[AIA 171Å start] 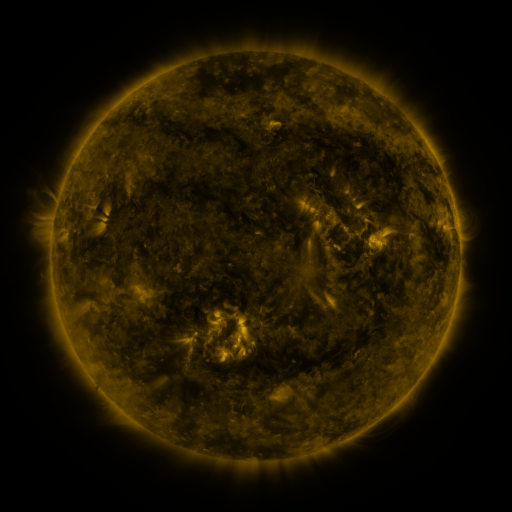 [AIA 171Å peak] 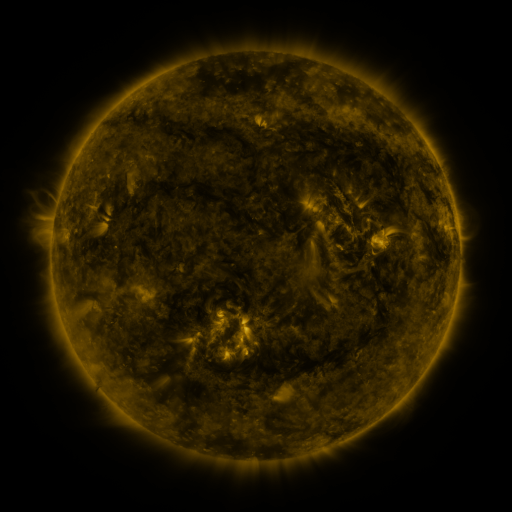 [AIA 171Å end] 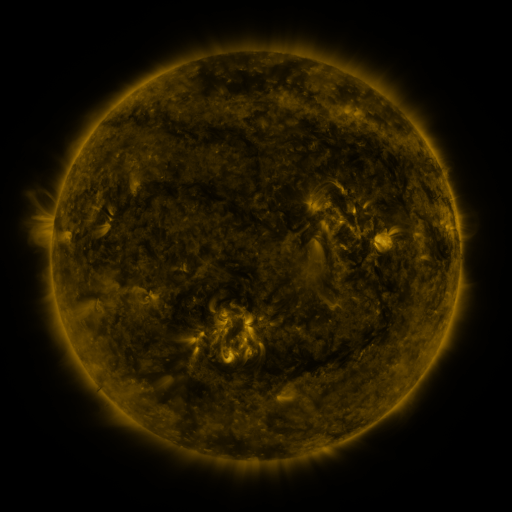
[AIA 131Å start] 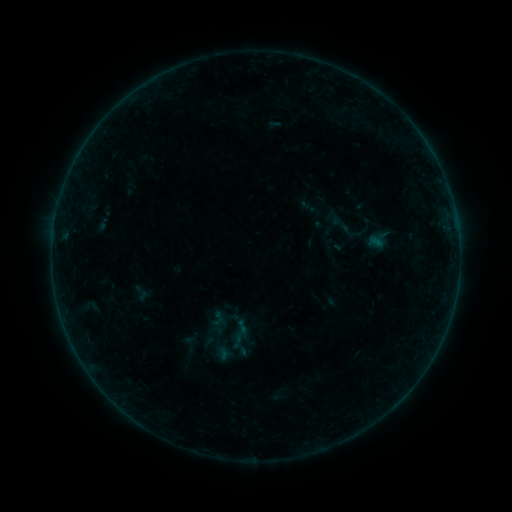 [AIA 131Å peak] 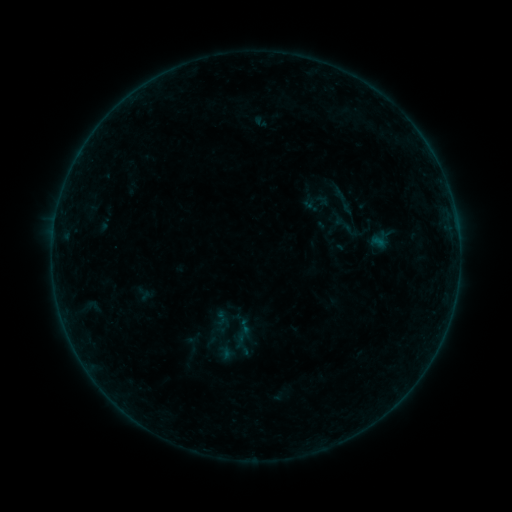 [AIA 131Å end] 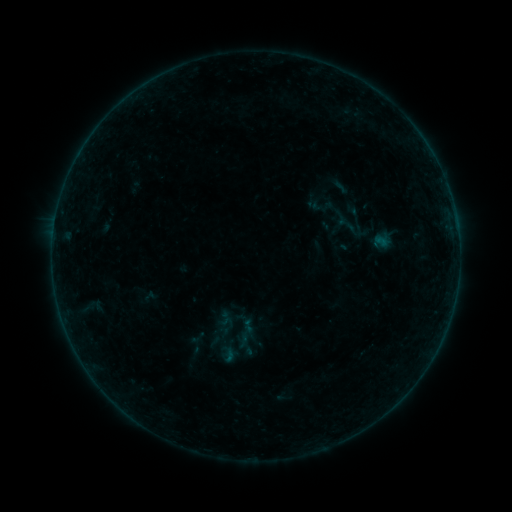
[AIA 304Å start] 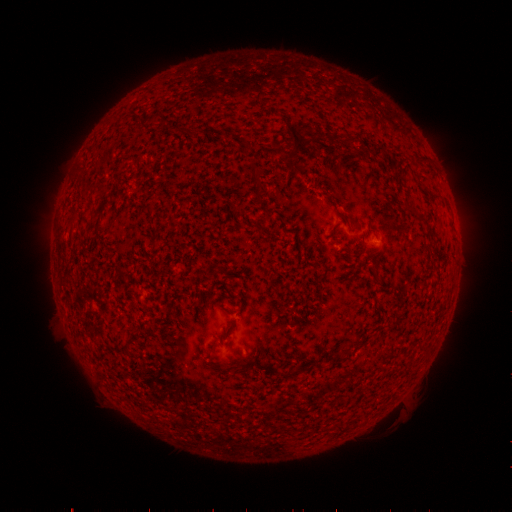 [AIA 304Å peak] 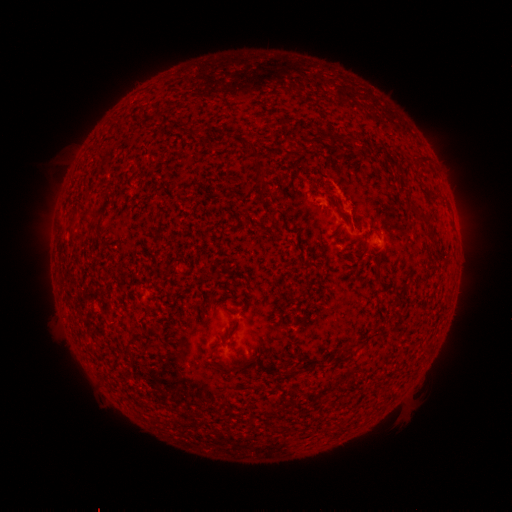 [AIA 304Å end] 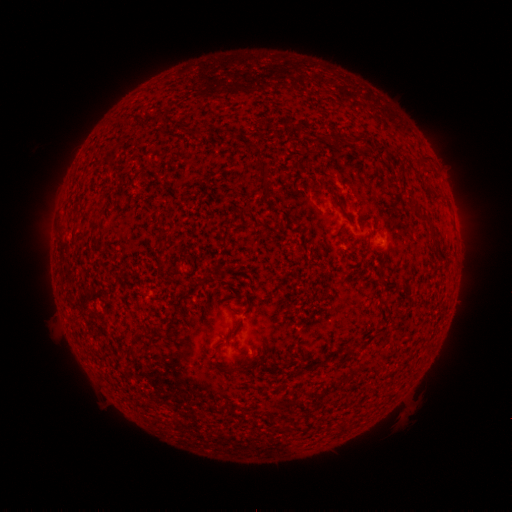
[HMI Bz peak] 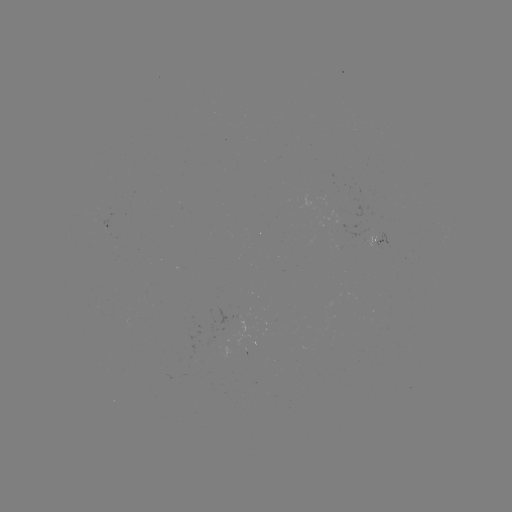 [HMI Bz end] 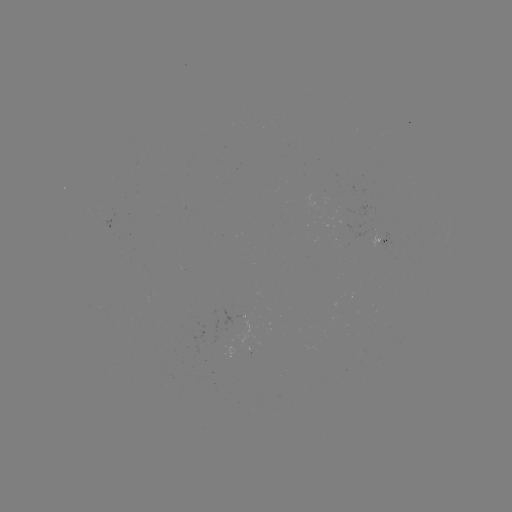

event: flare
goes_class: B1.1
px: (344, 208)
